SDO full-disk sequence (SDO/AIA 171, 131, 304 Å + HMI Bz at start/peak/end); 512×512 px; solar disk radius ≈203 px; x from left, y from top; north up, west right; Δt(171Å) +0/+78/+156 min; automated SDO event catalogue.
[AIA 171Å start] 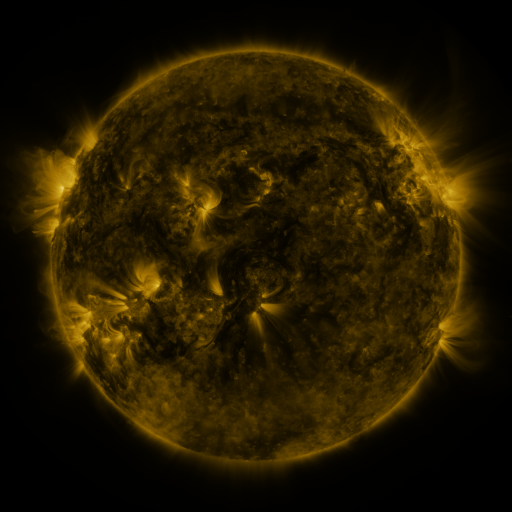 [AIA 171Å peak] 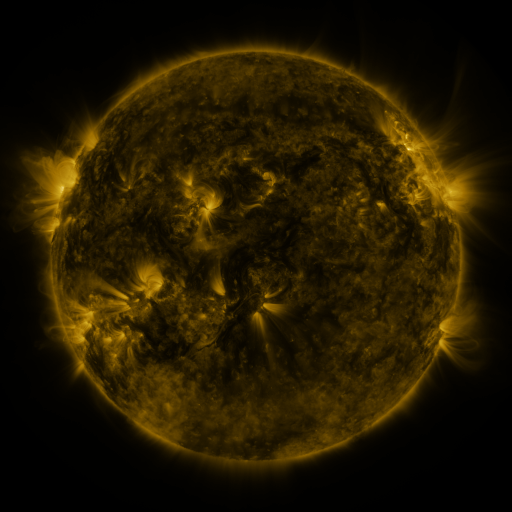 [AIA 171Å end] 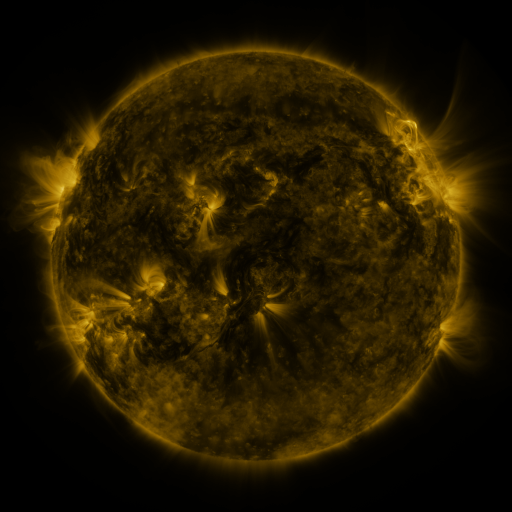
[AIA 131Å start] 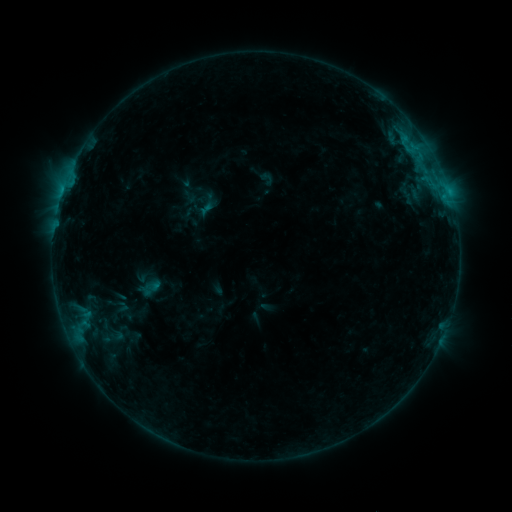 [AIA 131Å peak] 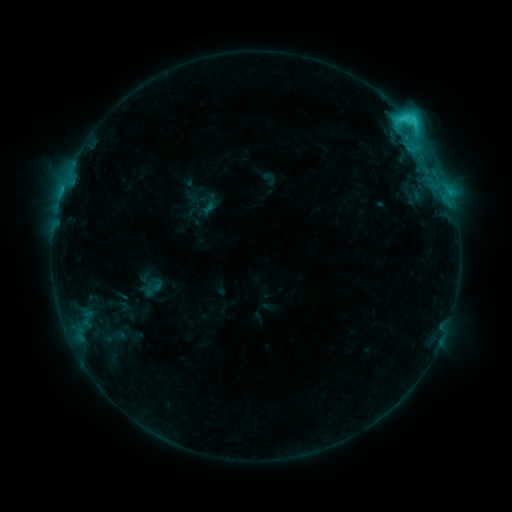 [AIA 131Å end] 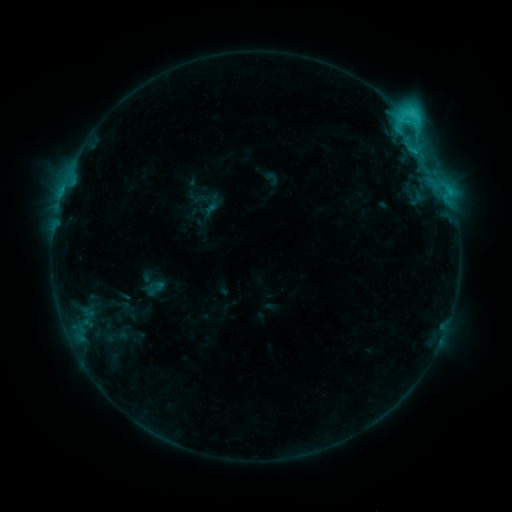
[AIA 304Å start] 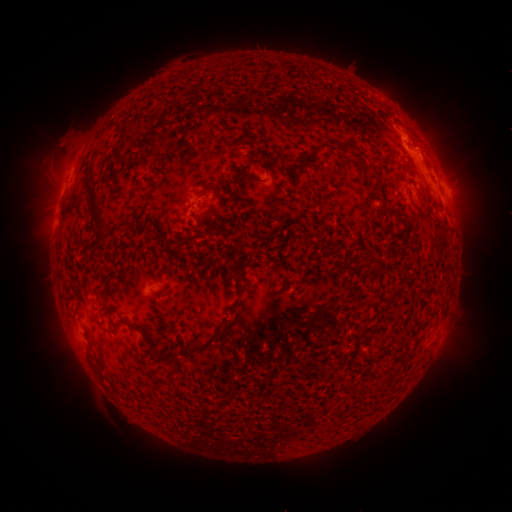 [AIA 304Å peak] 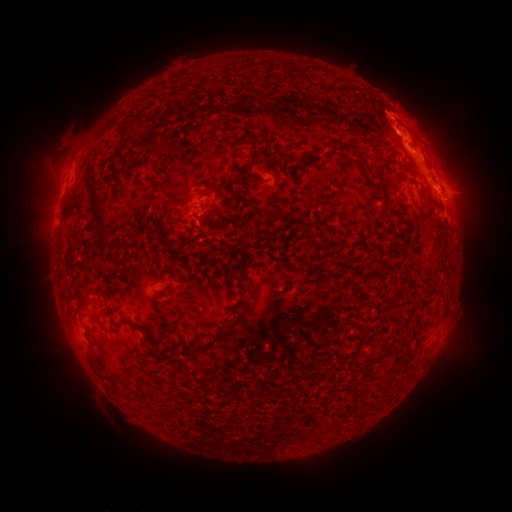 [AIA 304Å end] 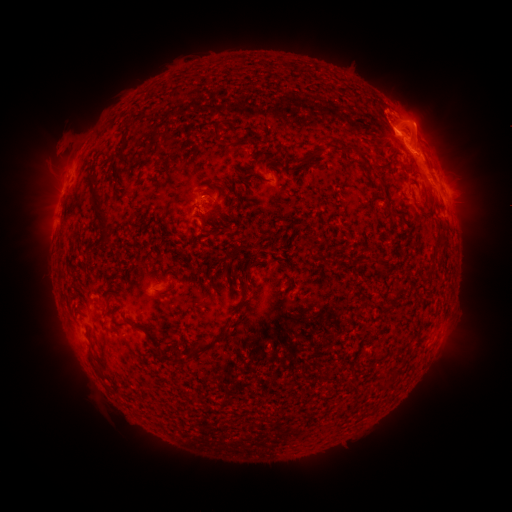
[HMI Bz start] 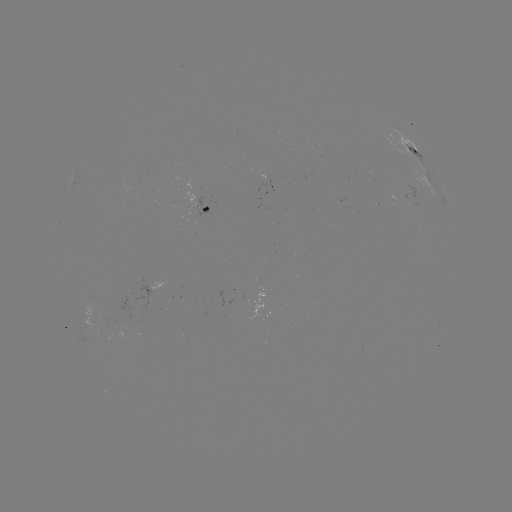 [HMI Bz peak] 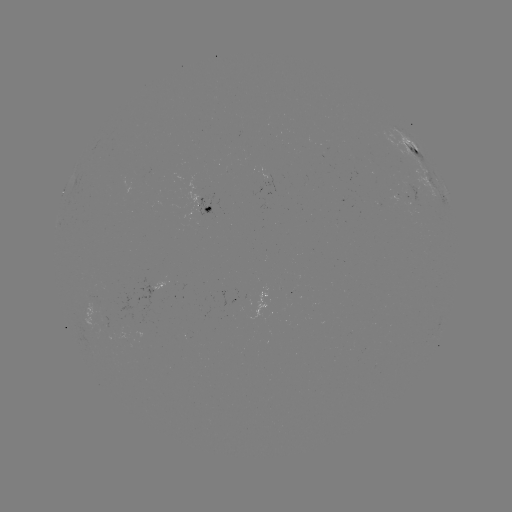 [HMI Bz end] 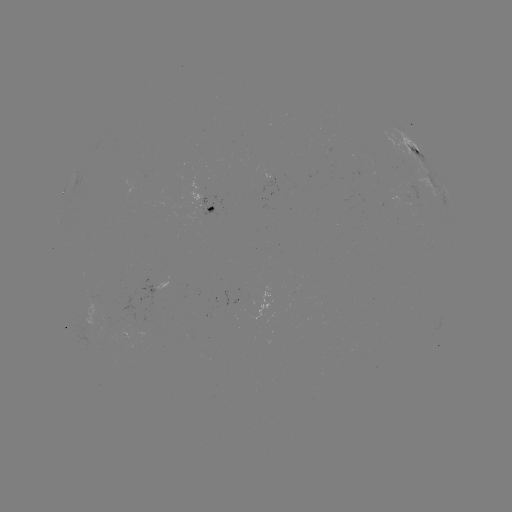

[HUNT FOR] C5.2 flare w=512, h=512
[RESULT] (406, 120)